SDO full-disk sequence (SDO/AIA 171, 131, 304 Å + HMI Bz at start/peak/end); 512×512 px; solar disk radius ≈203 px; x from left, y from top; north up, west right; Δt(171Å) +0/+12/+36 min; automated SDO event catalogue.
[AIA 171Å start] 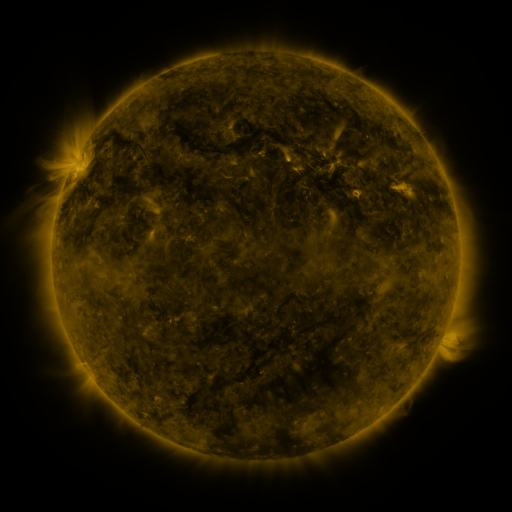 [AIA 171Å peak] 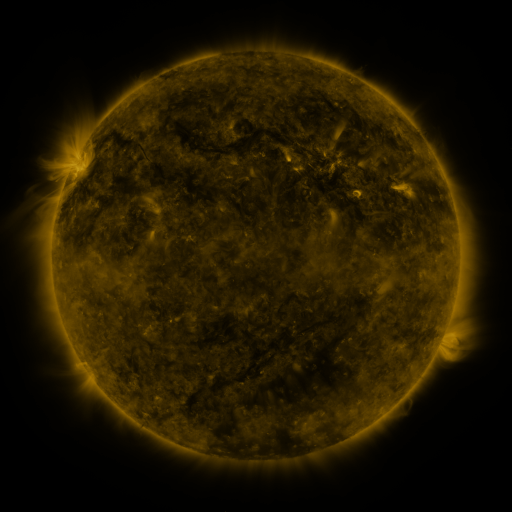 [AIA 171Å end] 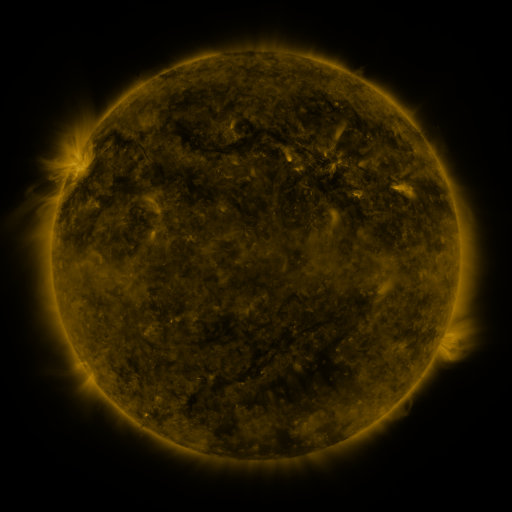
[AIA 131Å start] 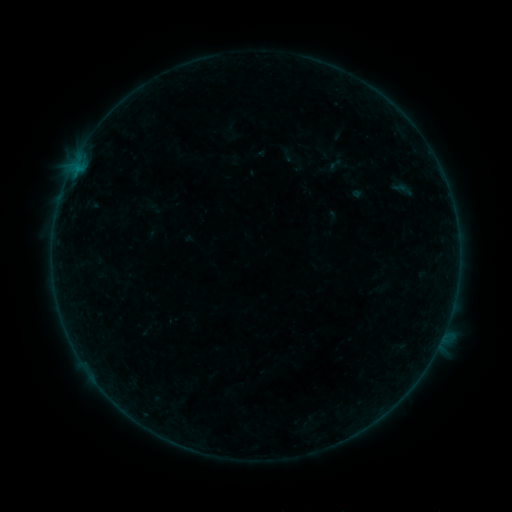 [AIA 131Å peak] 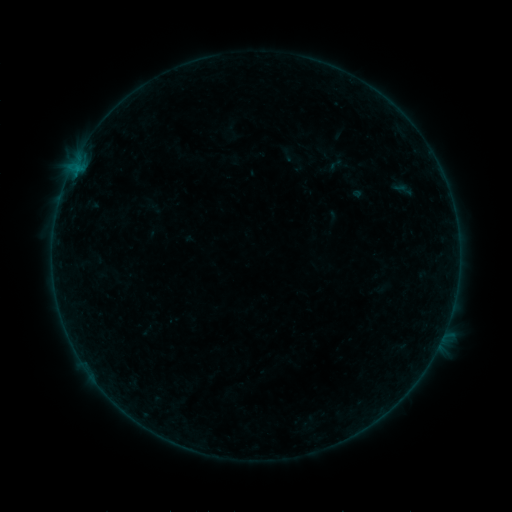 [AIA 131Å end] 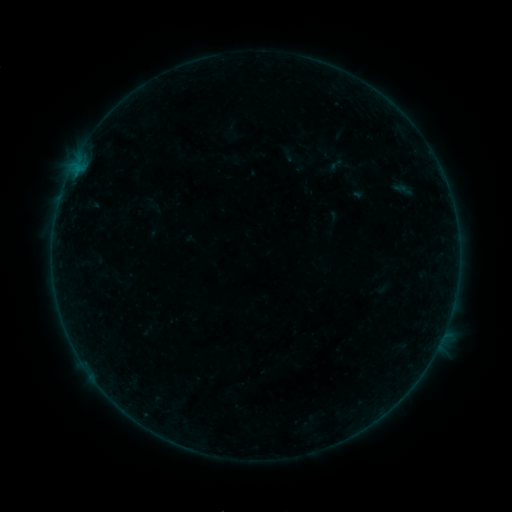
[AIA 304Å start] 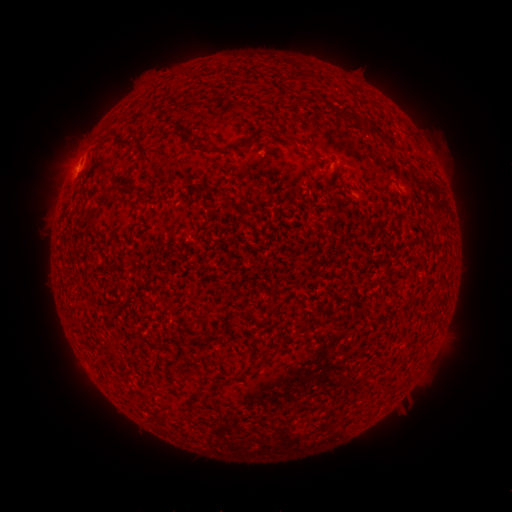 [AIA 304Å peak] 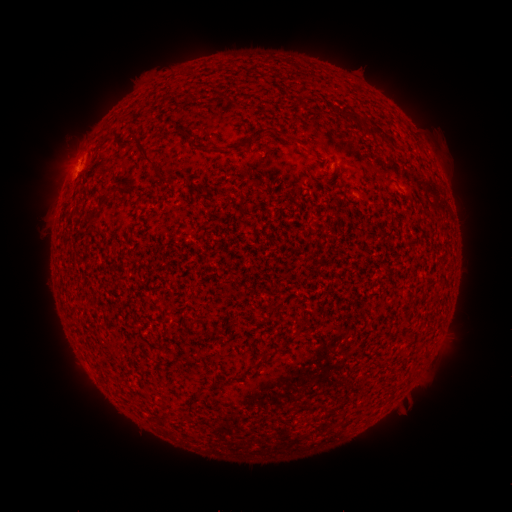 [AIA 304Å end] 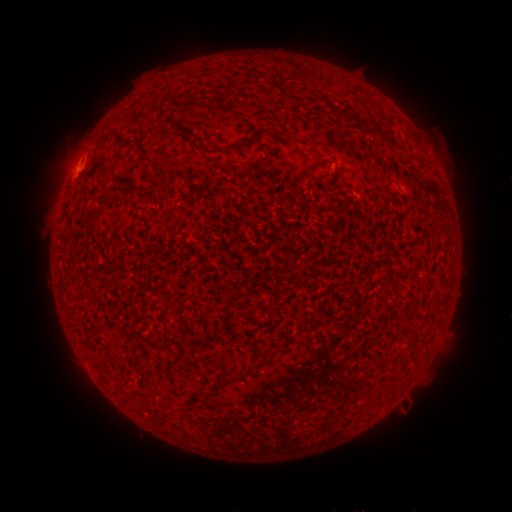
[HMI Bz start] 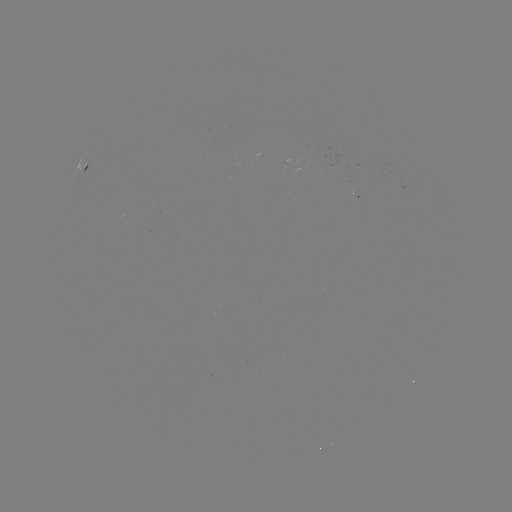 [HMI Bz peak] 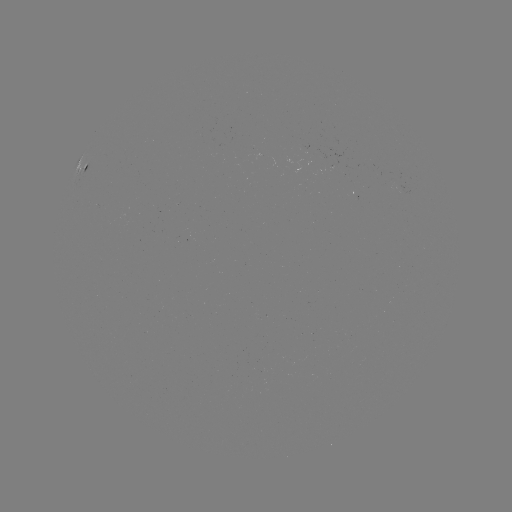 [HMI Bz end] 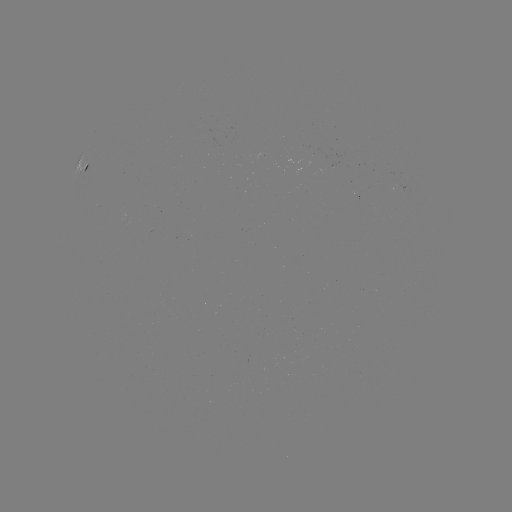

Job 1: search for B1.4 flare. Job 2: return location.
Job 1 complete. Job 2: (75, 175).